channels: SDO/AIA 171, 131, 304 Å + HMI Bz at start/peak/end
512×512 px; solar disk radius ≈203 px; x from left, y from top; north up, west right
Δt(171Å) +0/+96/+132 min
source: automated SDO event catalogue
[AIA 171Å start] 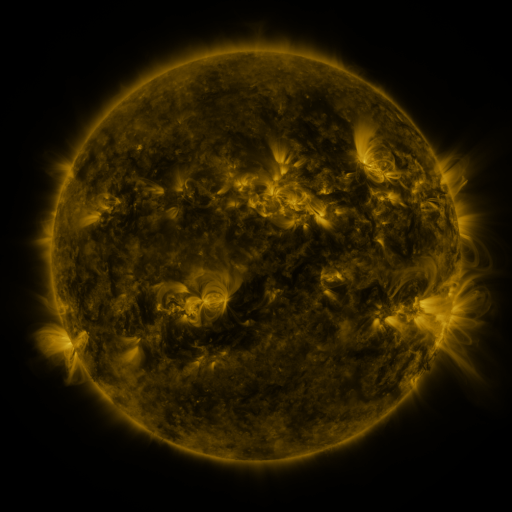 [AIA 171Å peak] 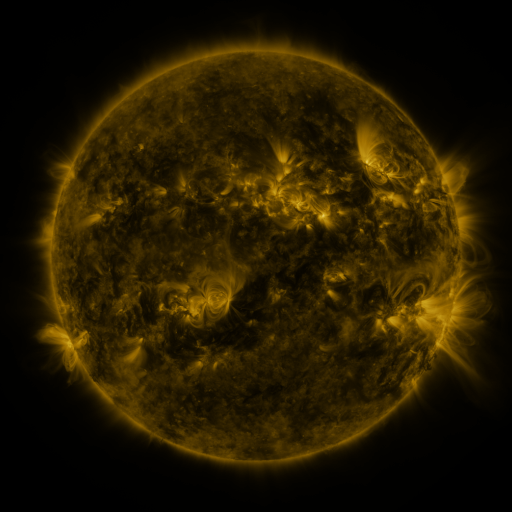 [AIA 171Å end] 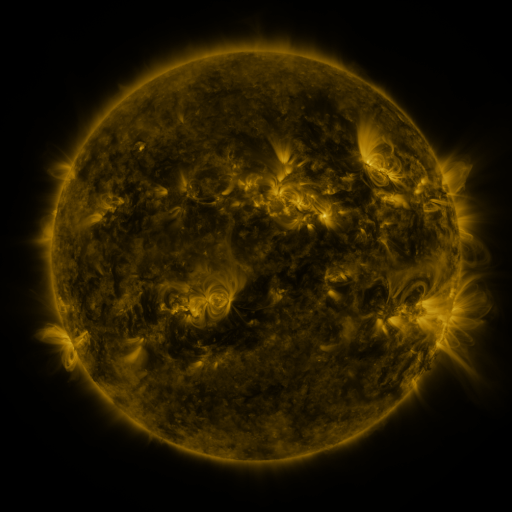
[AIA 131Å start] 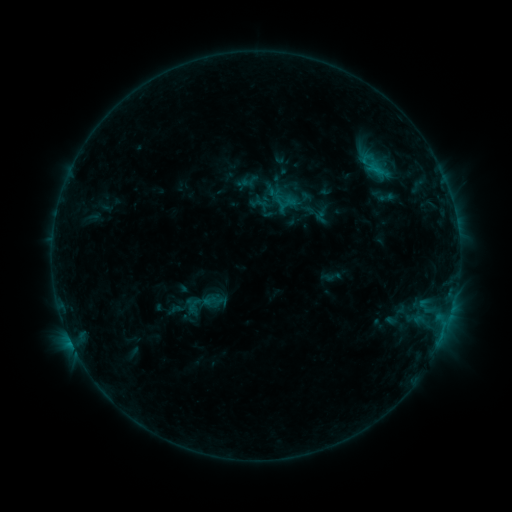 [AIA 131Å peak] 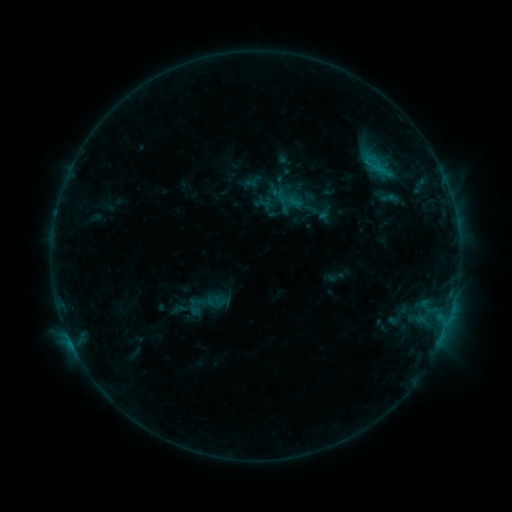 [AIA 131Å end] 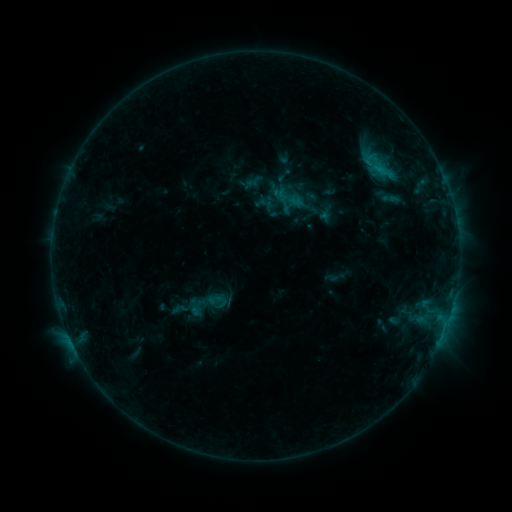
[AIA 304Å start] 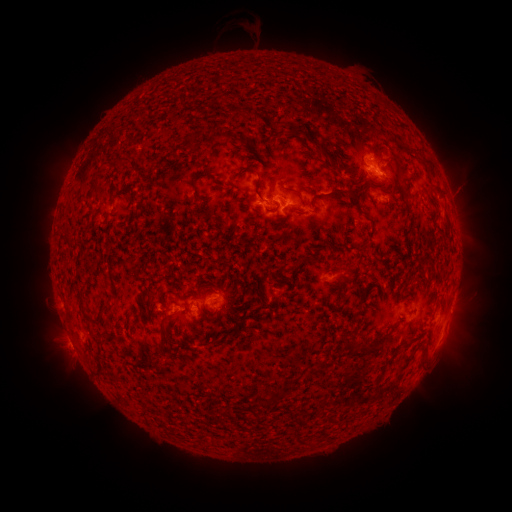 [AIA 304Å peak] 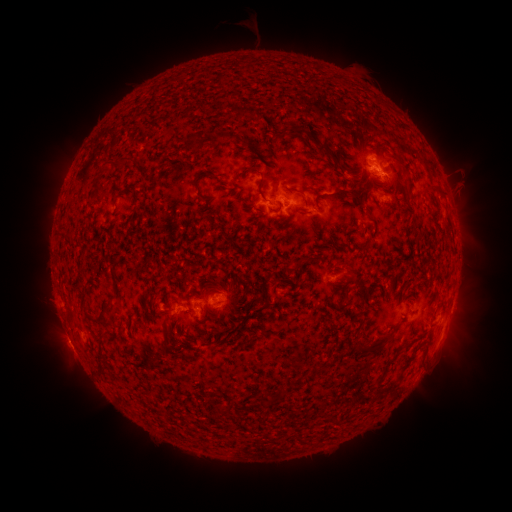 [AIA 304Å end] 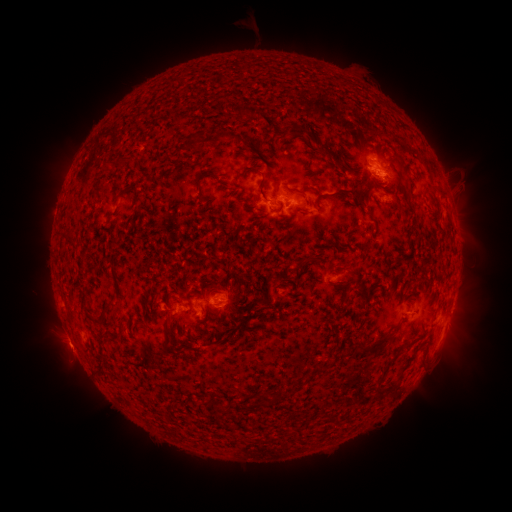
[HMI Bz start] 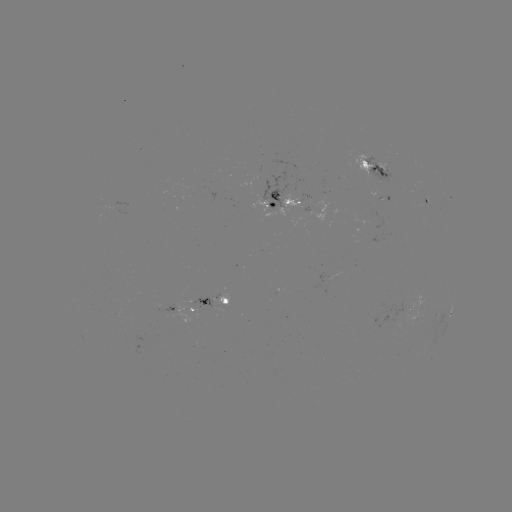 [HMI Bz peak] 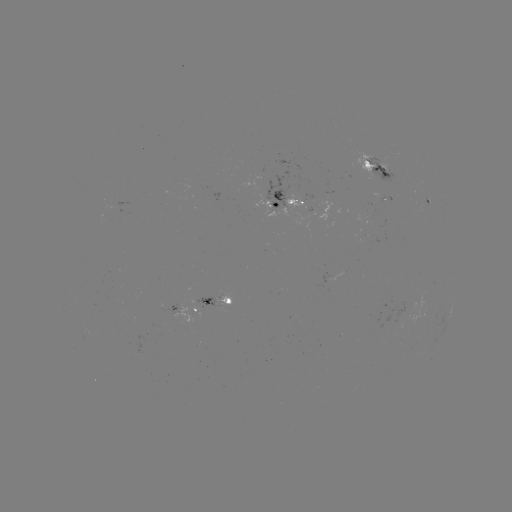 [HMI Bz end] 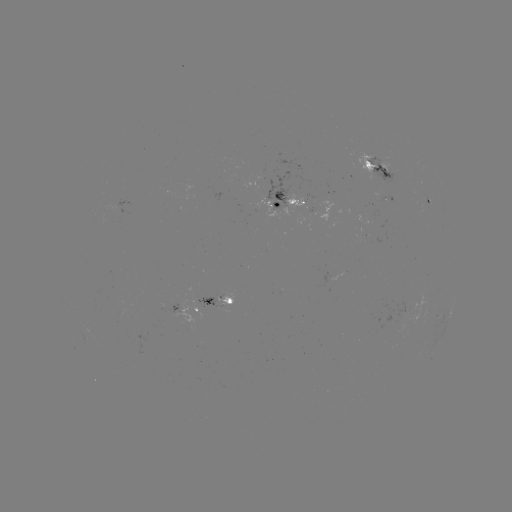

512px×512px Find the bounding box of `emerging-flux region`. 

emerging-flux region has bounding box [195, 295, 218, 310].